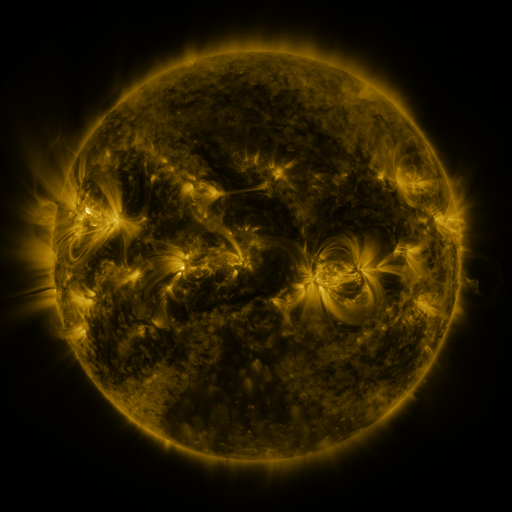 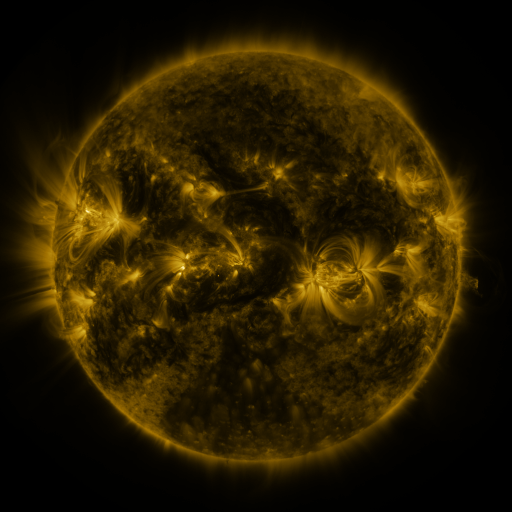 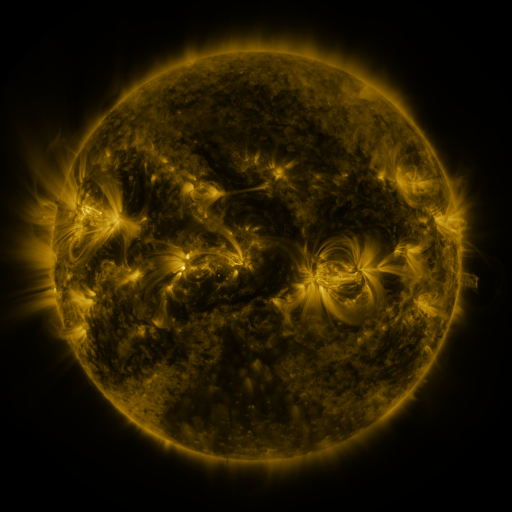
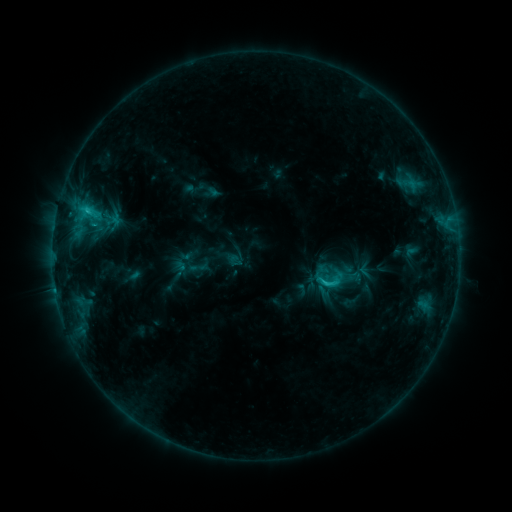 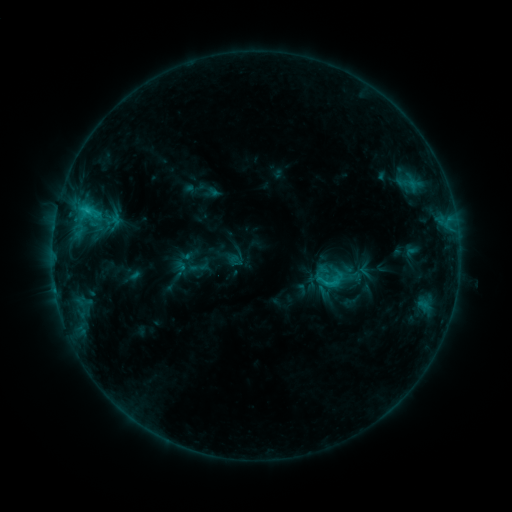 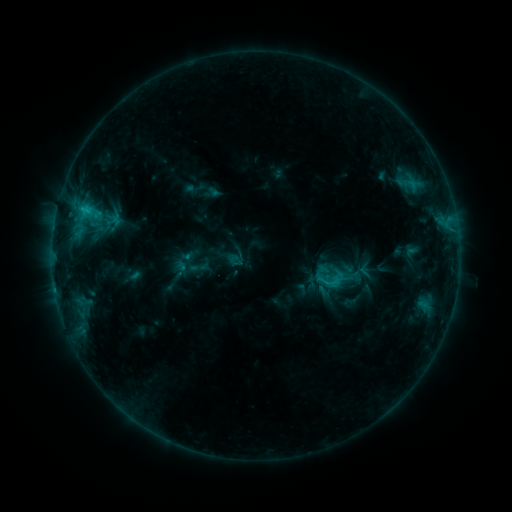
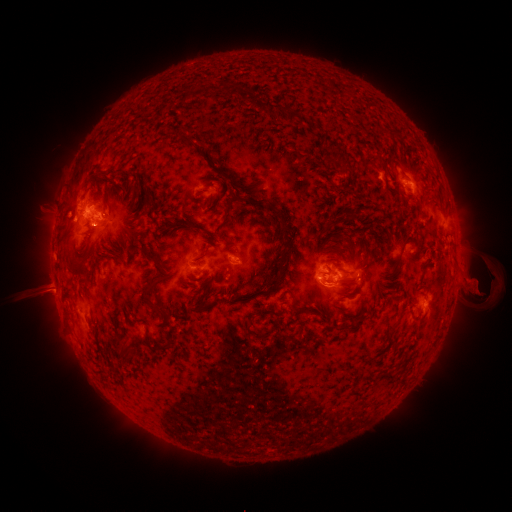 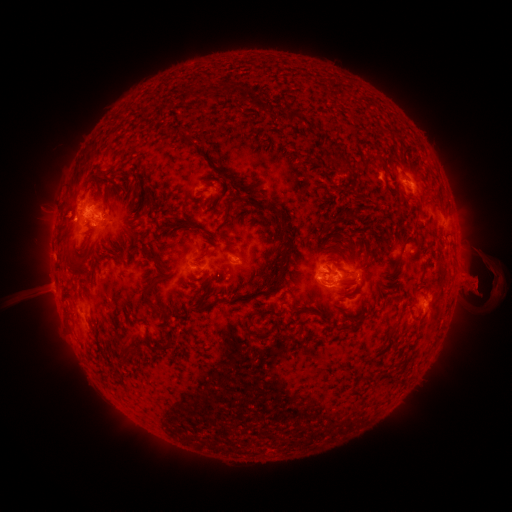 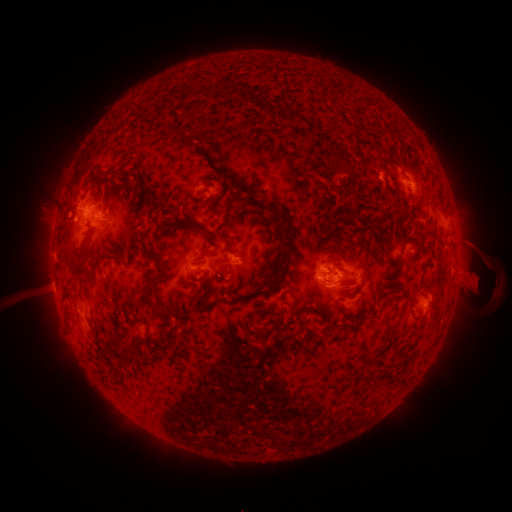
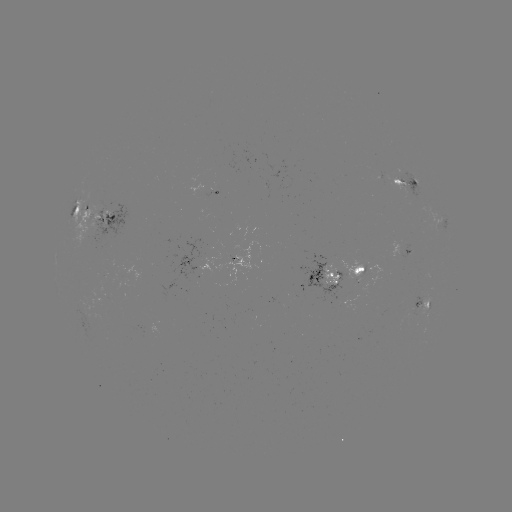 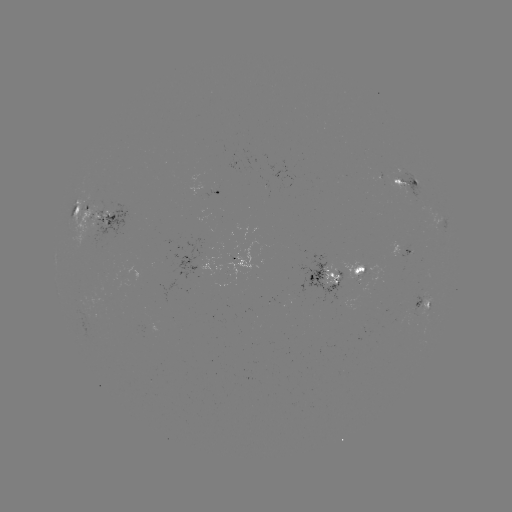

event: eruption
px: (472, 281)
